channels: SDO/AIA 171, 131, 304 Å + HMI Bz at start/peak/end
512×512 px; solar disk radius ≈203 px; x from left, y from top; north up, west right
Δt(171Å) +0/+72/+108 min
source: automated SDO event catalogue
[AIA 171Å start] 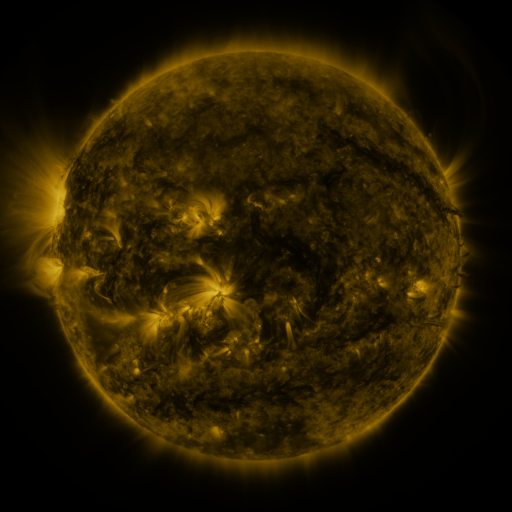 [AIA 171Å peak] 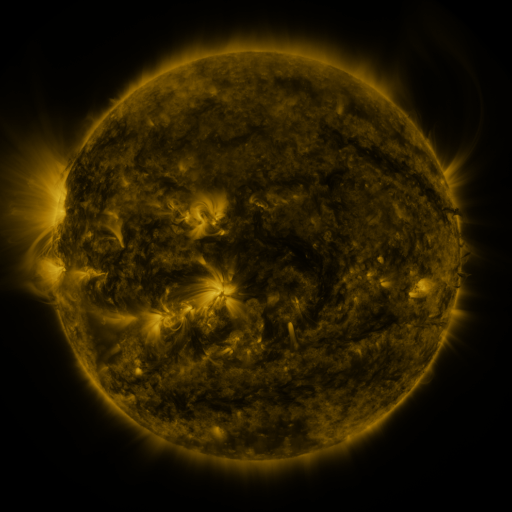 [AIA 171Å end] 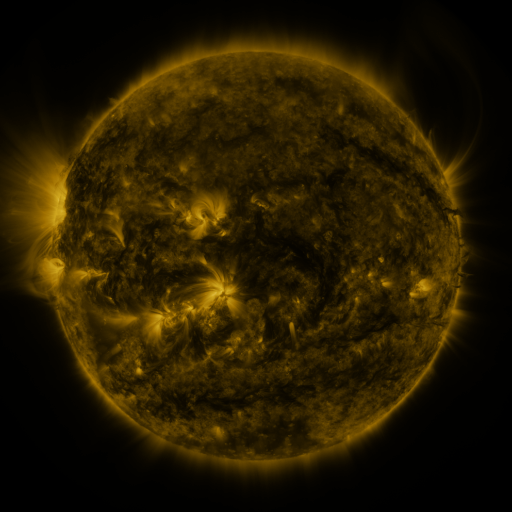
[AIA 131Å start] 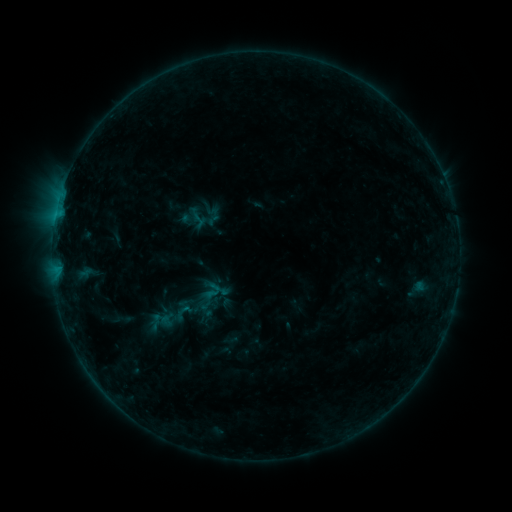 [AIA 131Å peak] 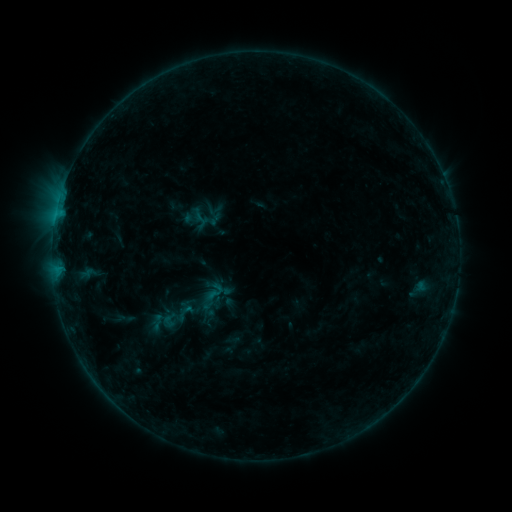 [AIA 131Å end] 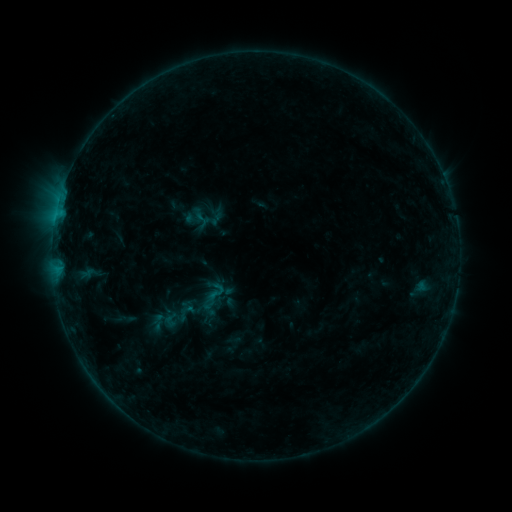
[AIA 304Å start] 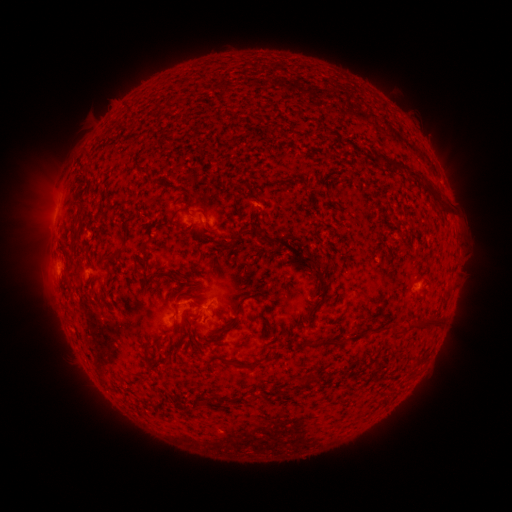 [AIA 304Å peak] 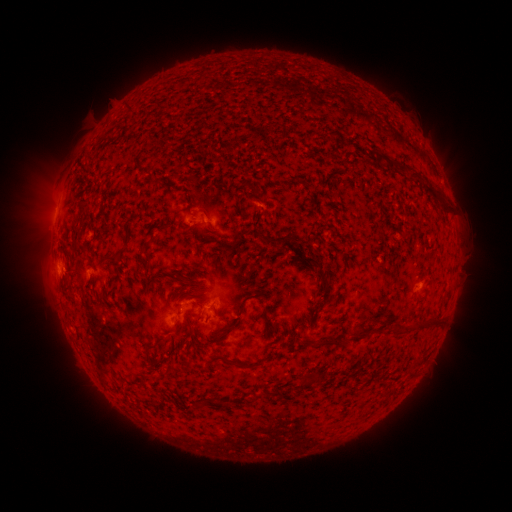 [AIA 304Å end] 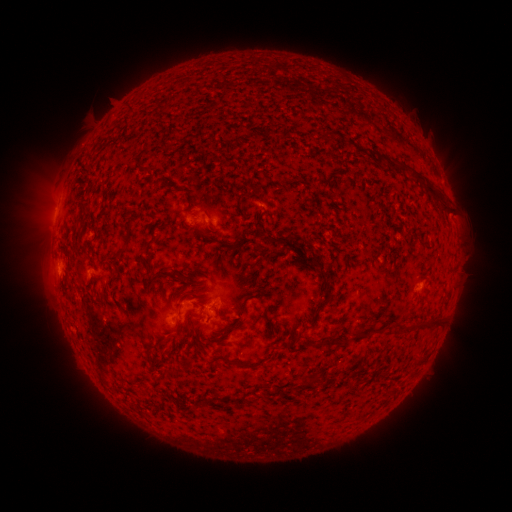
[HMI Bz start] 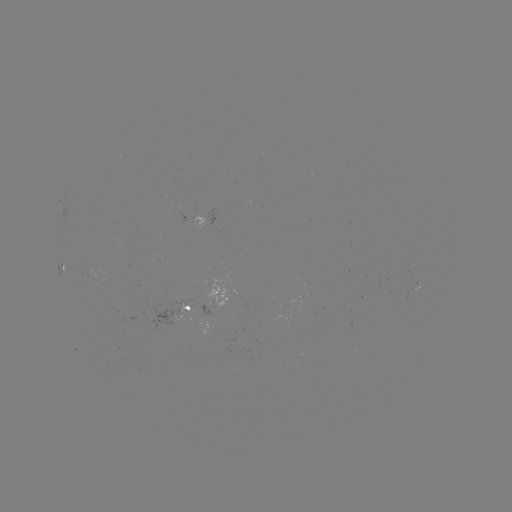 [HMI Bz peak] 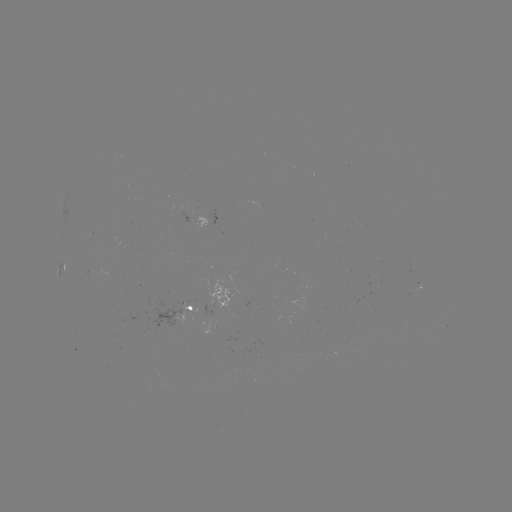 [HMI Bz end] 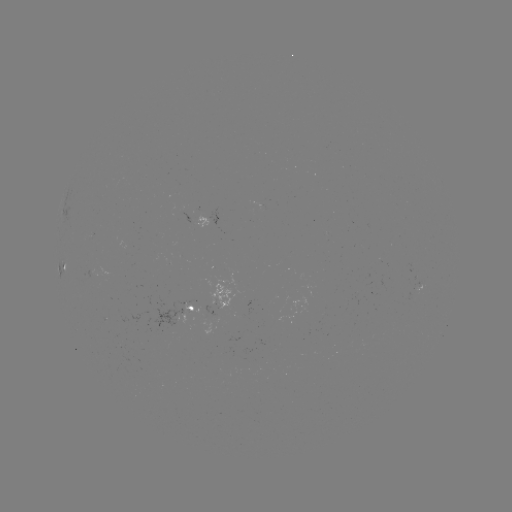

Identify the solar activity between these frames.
emerging-flux region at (416, 287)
